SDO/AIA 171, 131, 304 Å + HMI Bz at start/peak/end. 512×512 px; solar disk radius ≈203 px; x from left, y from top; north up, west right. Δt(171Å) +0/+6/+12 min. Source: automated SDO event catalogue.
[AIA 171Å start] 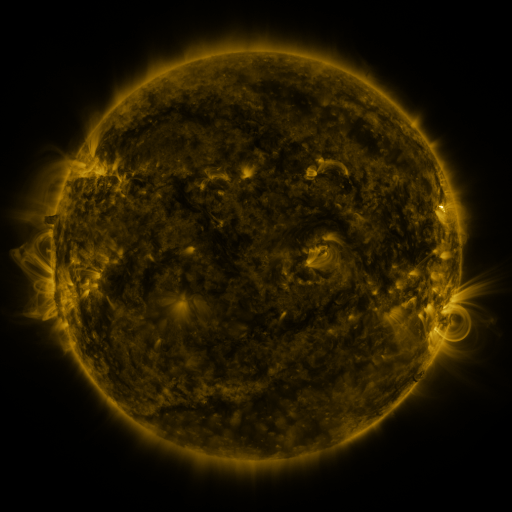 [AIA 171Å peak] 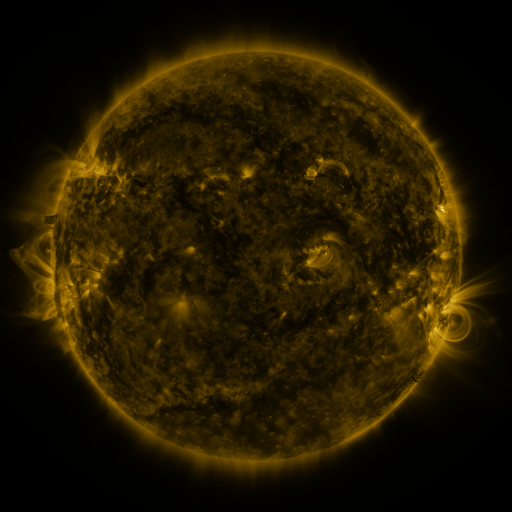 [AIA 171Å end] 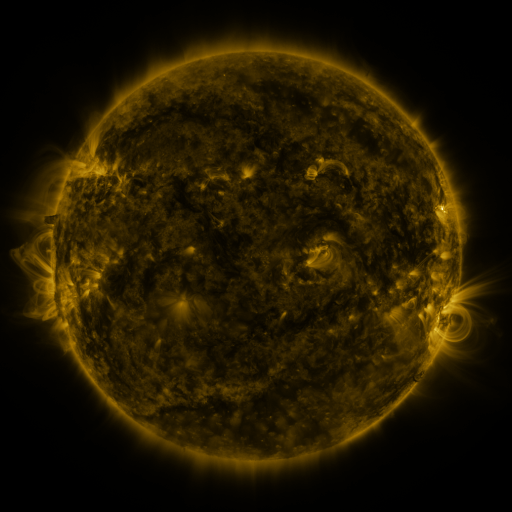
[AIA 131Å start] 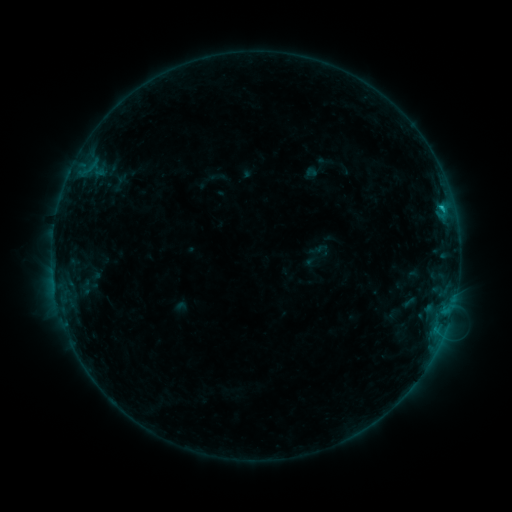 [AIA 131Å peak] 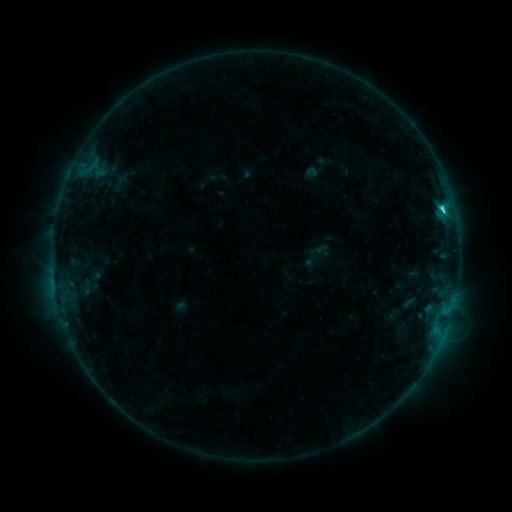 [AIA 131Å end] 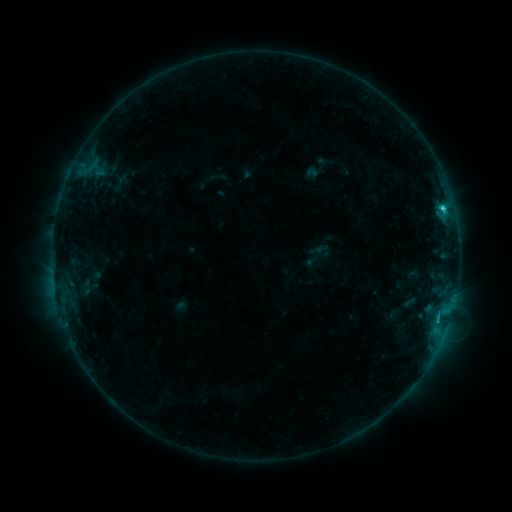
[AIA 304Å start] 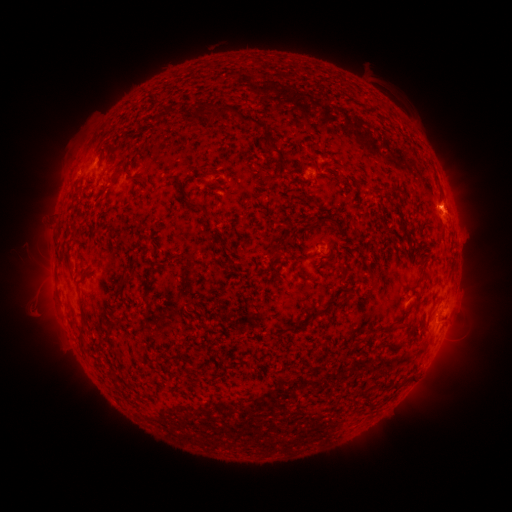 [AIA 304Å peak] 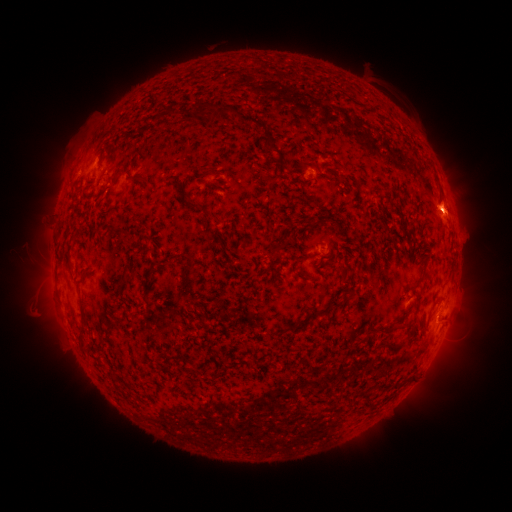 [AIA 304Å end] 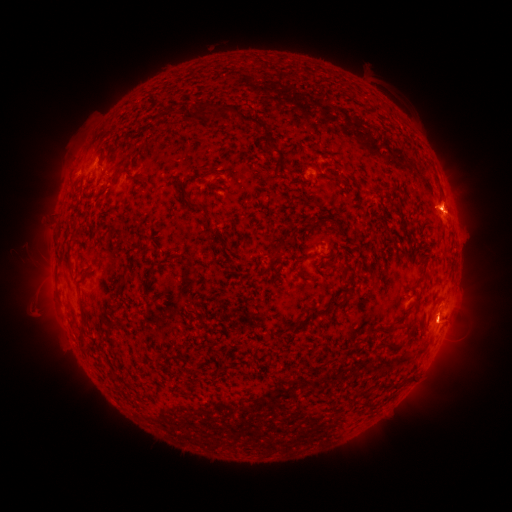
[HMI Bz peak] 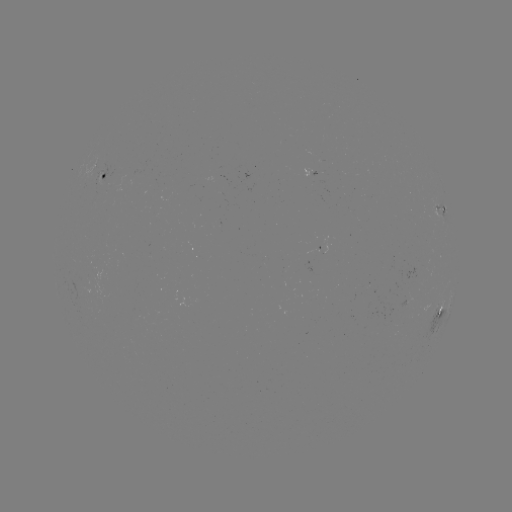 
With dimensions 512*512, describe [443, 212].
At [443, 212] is C3.4 flare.